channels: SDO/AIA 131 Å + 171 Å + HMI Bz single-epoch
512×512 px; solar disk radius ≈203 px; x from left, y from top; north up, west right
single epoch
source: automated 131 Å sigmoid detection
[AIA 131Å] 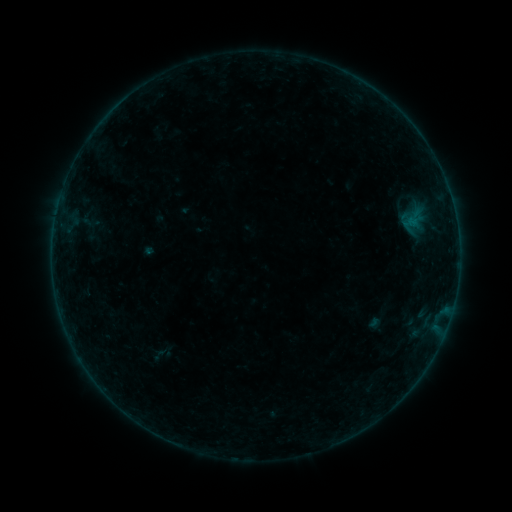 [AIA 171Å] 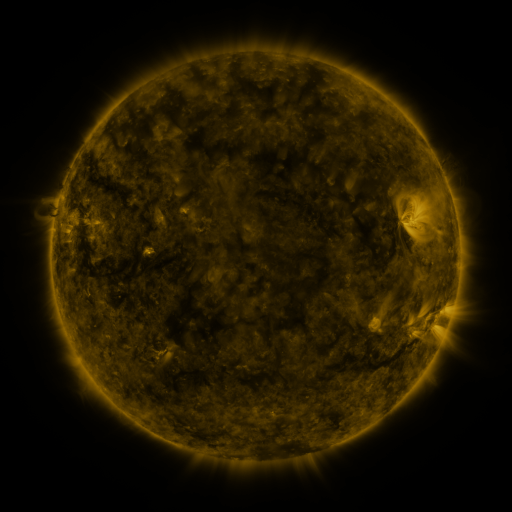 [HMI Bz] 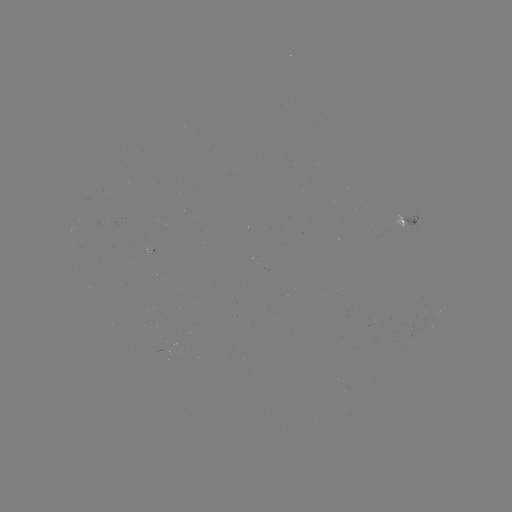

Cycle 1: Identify sigmoid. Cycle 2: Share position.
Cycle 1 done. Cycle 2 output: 410,218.